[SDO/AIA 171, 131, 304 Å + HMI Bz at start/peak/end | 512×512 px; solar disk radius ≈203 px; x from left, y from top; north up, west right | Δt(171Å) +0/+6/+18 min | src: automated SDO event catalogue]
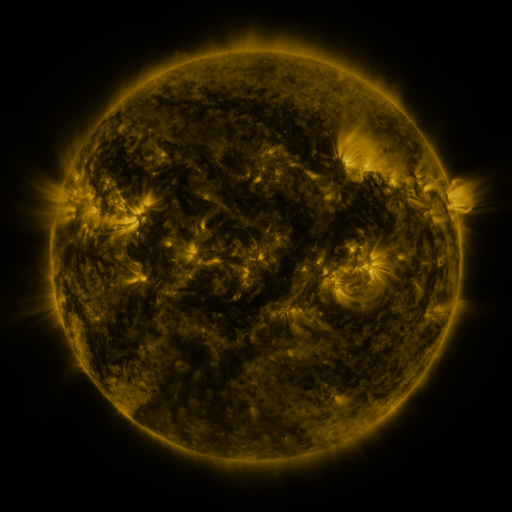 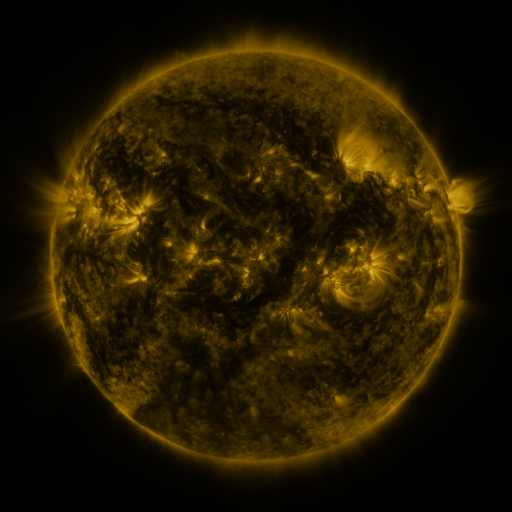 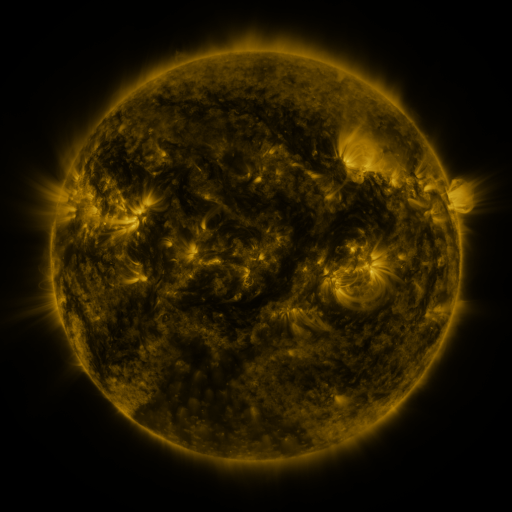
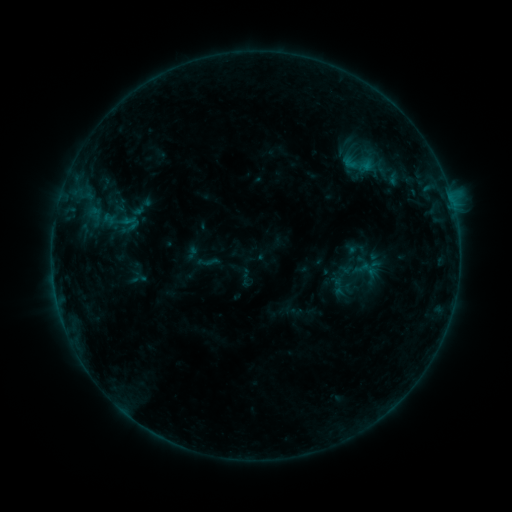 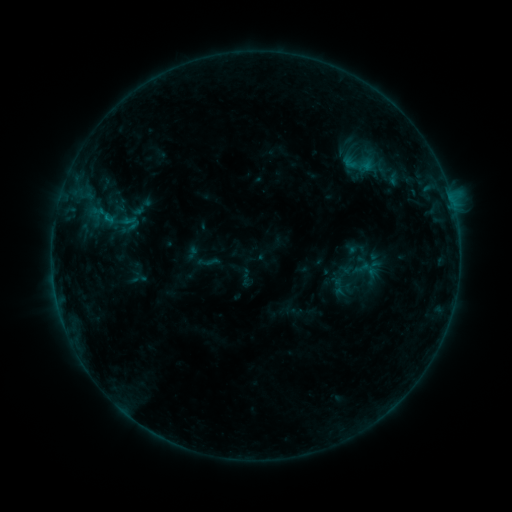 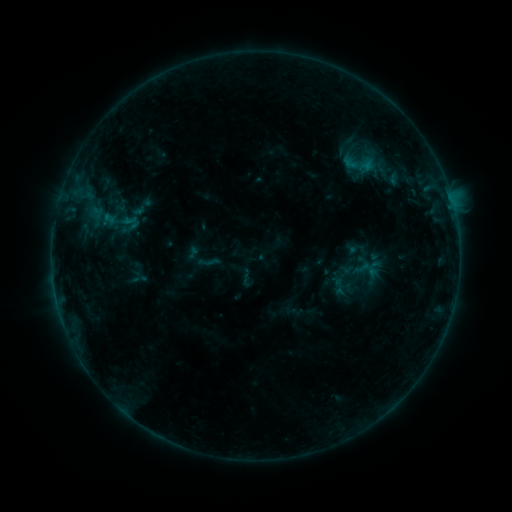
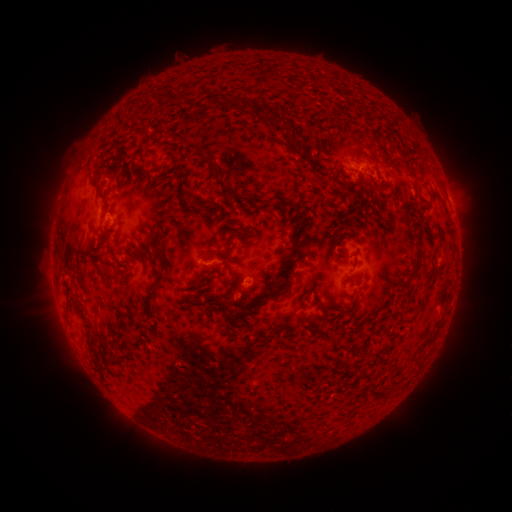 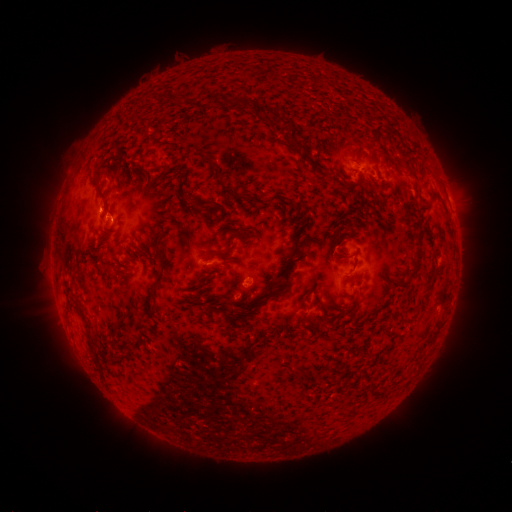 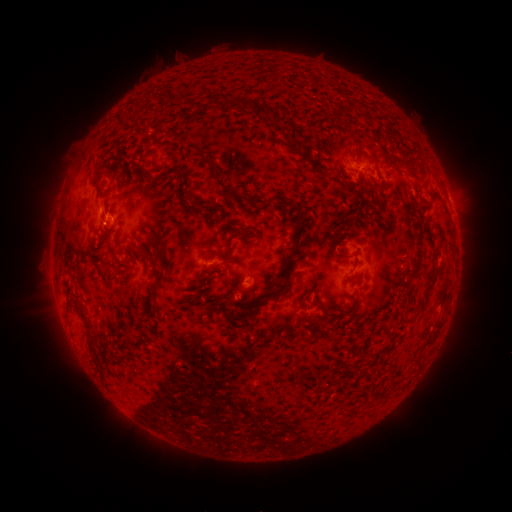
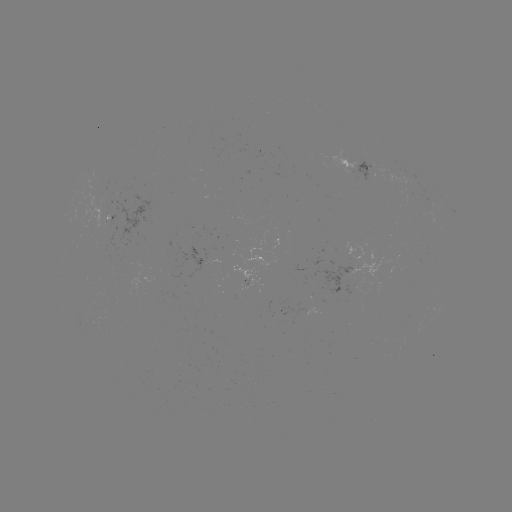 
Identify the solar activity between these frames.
B4.1 flare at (107, 221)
